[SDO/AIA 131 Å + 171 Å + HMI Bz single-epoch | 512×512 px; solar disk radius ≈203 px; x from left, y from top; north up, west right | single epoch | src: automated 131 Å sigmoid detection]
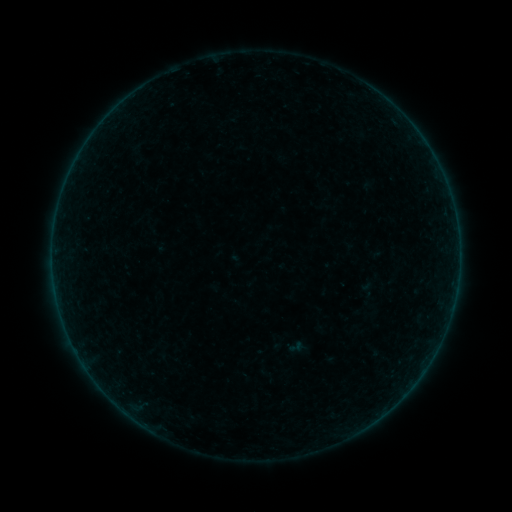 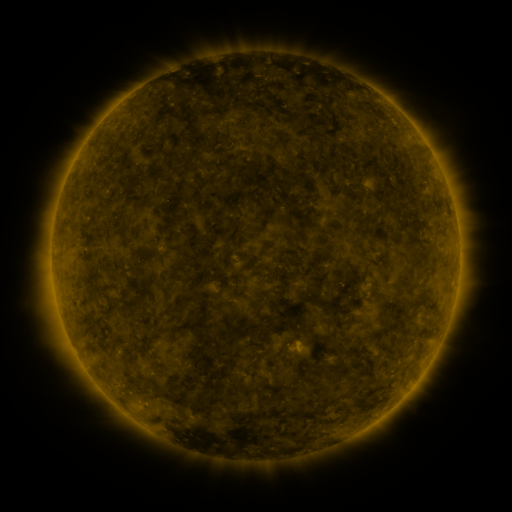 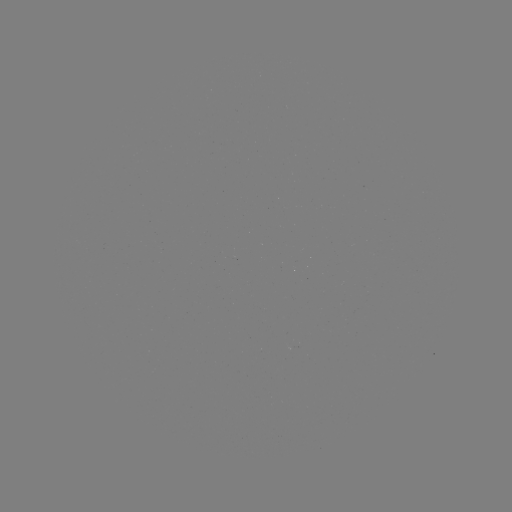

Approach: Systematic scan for sigmoid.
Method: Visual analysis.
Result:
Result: sigmoid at (296, 347).